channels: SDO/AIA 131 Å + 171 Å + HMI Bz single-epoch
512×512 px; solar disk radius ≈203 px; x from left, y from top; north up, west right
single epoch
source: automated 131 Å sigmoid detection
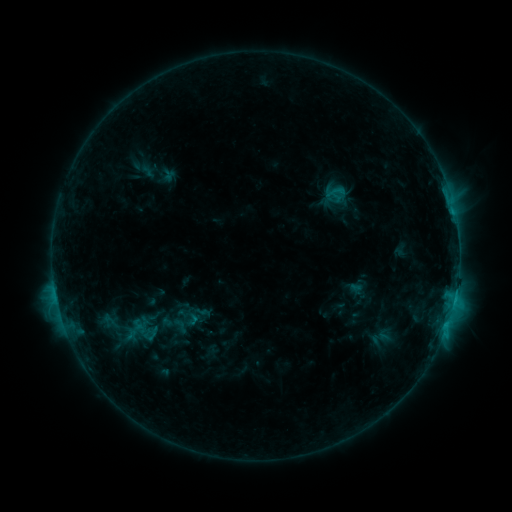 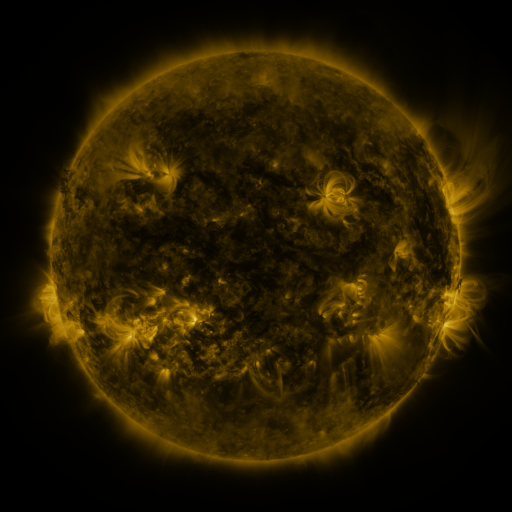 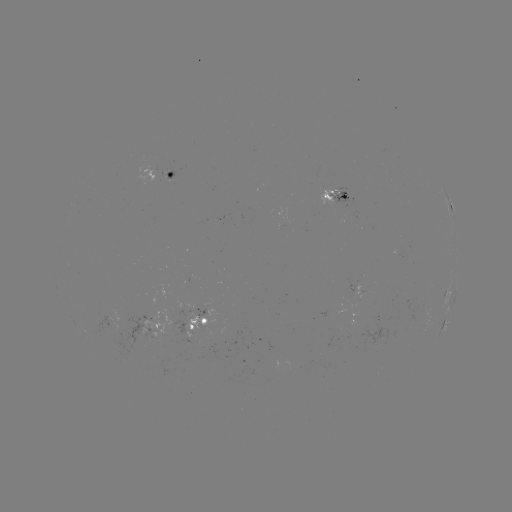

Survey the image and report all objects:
sigmoid: [322, 184, 349, 205]
sigmoid: [167, 315, 192, 335]
